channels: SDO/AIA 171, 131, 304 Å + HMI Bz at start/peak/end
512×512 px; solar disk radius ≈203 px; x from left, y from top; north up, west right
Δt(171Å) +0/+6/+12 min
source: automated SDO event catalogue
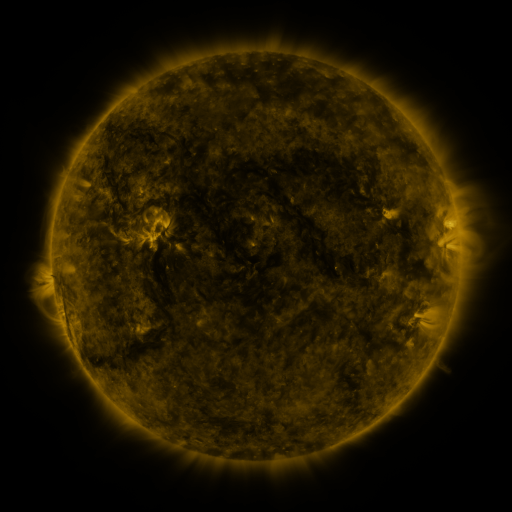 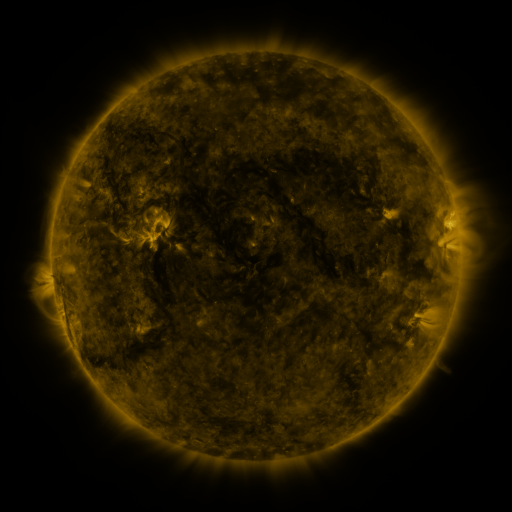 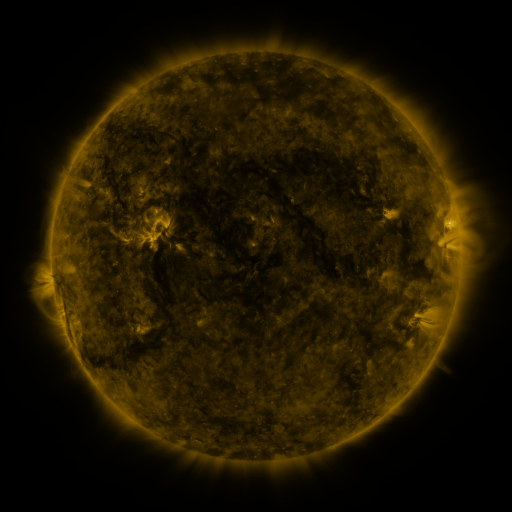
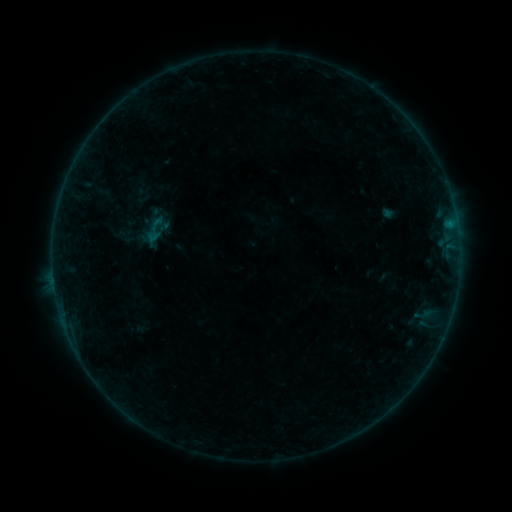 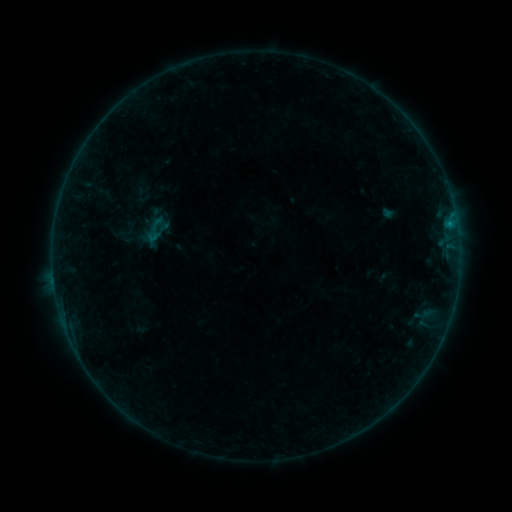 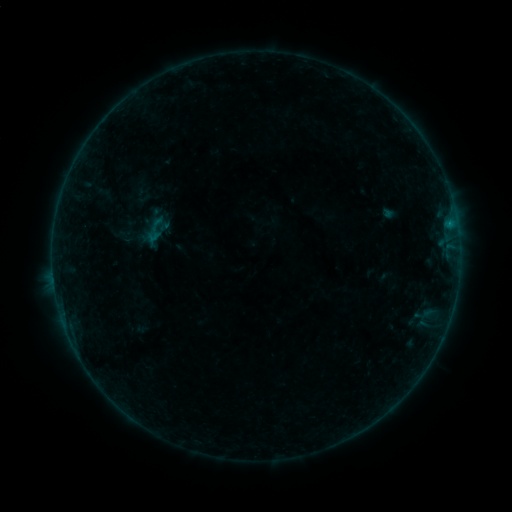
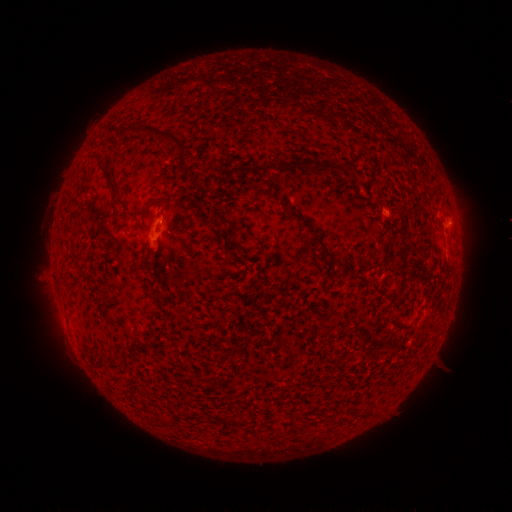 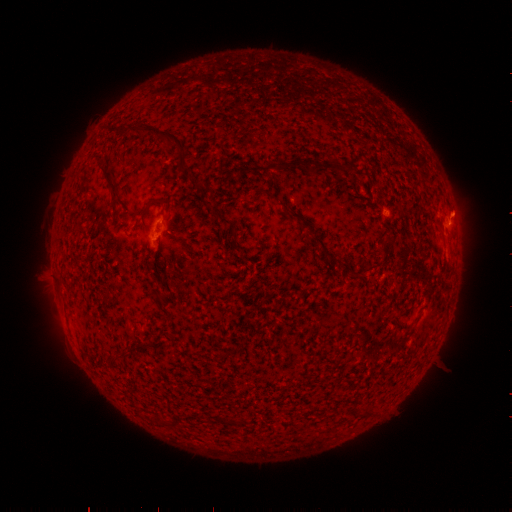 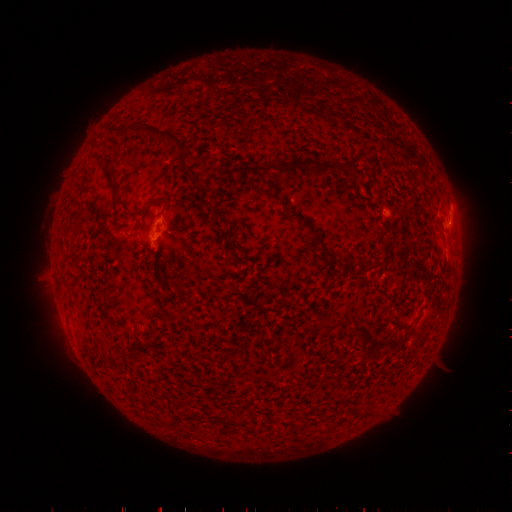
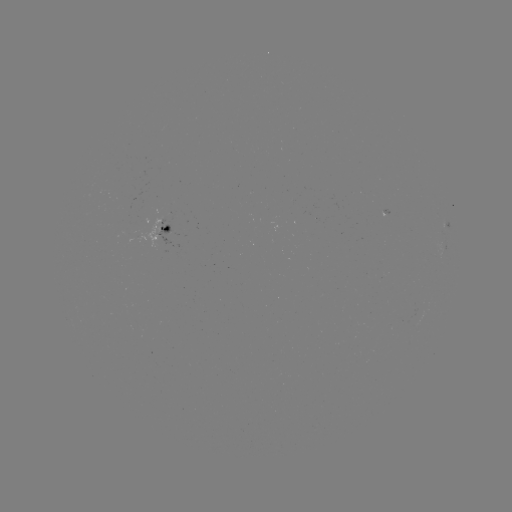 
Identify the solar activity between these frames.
B1.4 flare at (449, 225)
